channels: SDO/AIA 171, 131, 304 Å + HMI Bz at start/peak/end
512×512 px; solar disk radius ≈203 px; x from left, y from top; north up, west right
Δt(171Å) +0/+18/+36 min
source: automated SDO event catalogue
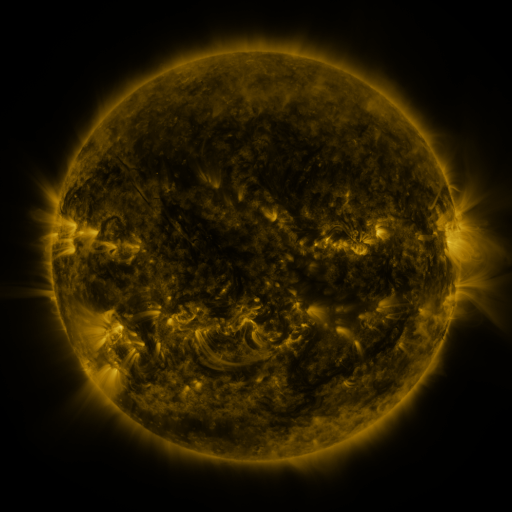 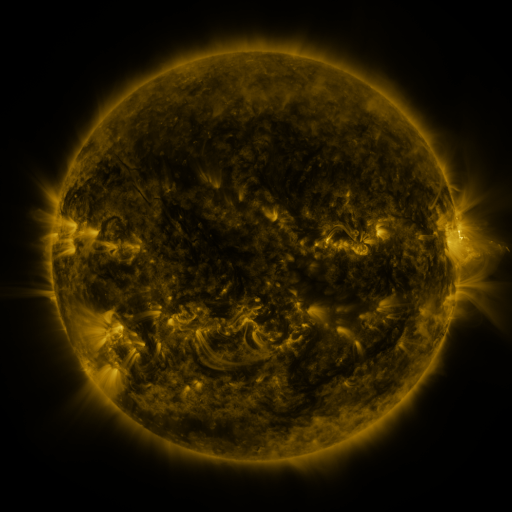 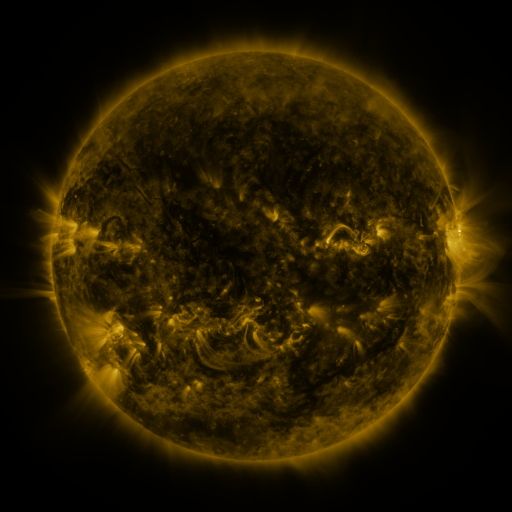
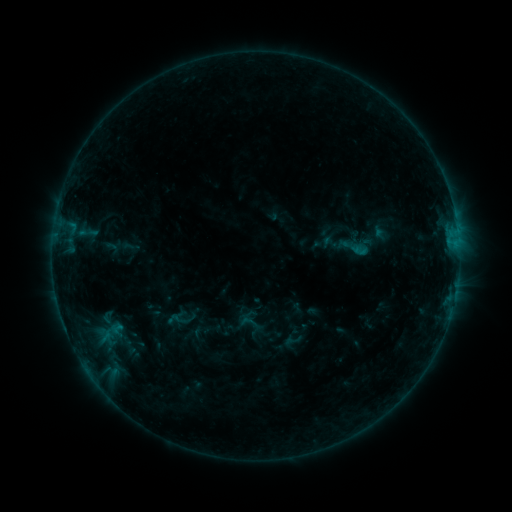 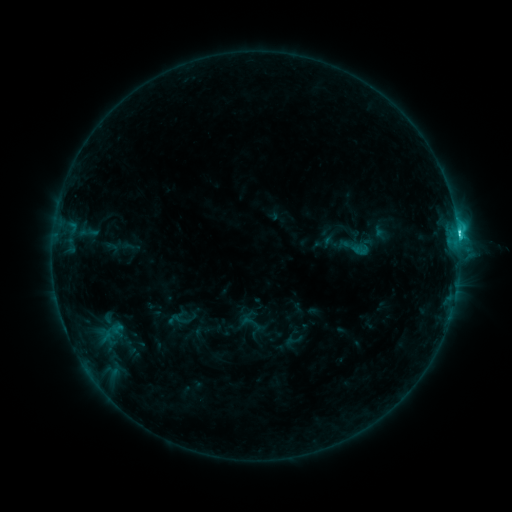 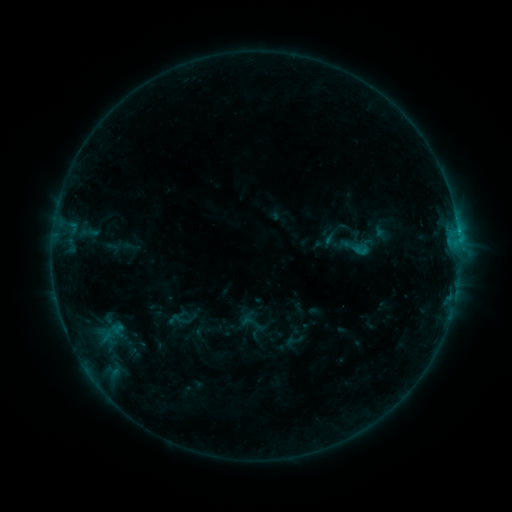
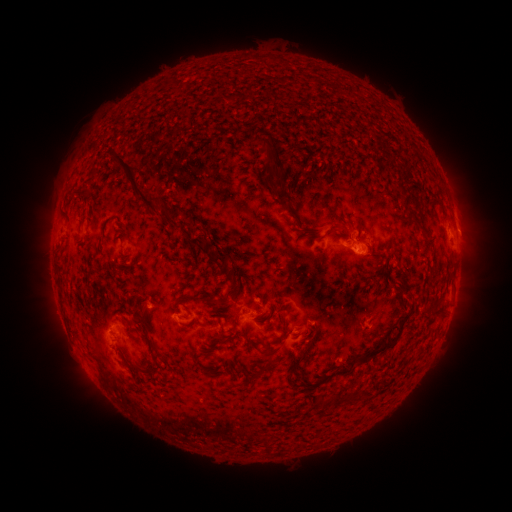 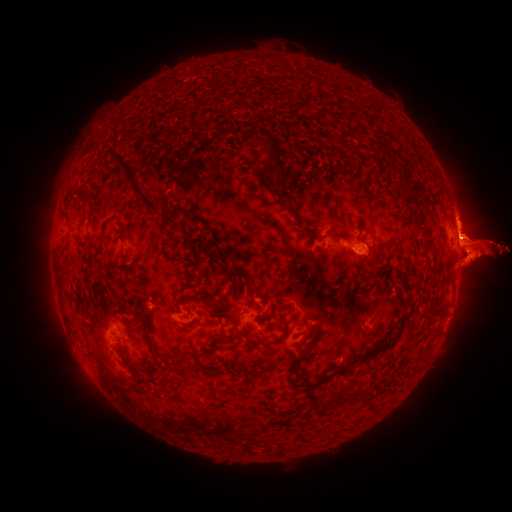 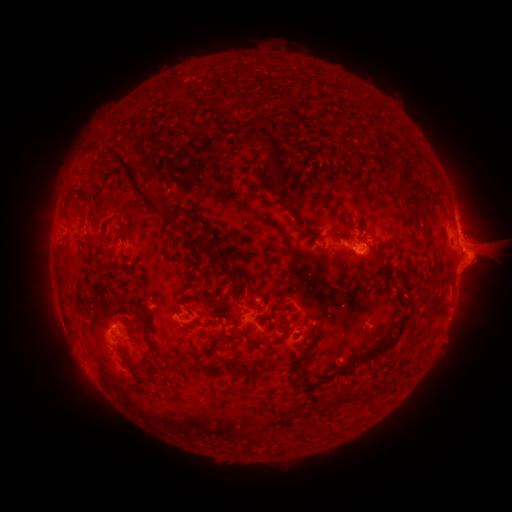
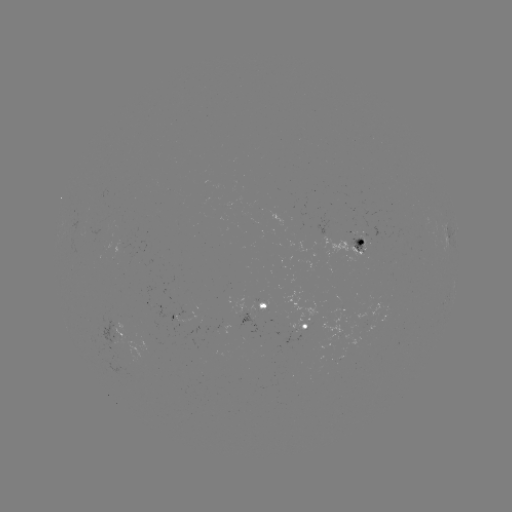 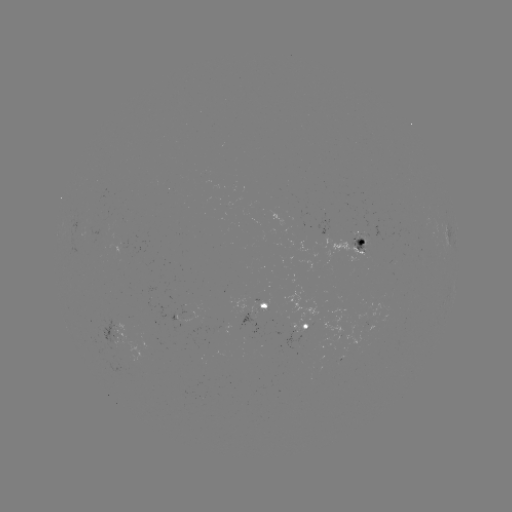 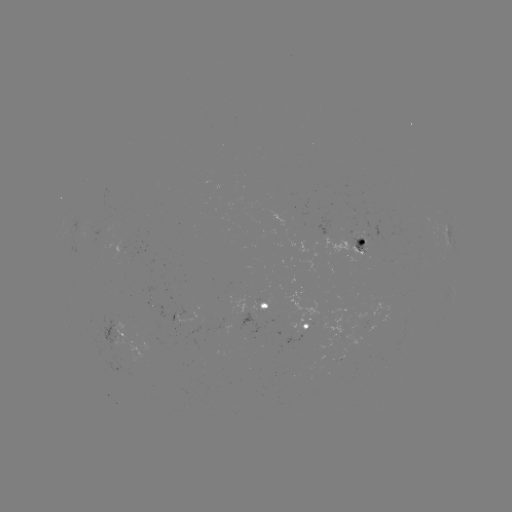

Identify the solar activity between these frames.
eruption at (471, 250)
